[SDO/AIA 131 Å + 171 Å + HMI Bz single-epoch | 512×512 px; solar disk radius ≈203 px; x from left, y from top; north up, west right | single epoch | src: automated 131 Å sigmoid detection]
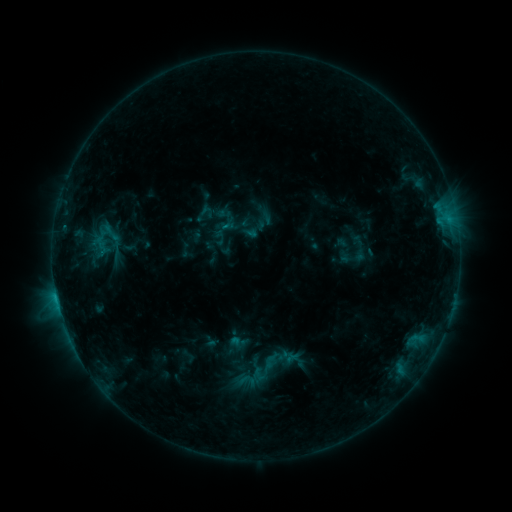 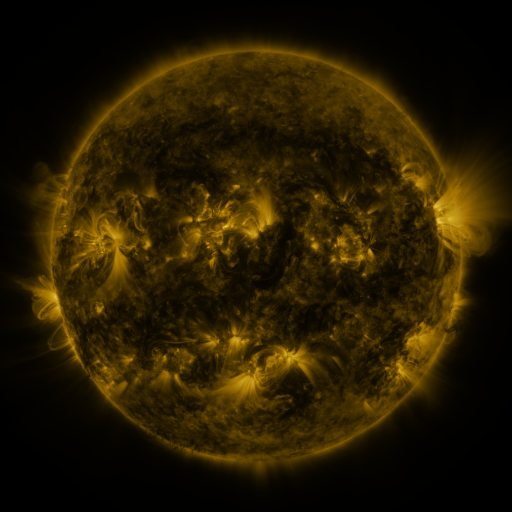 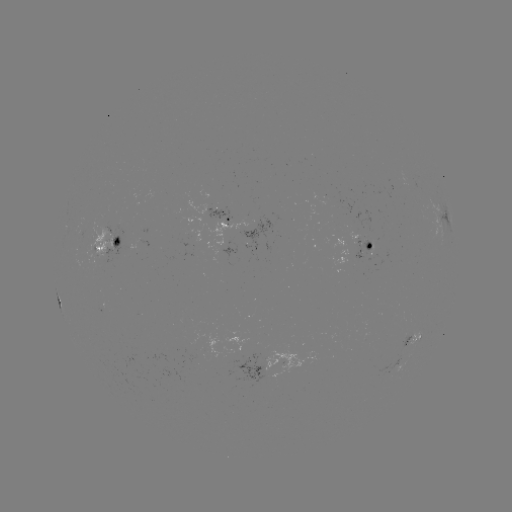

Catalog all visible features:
sigmoid: (103, 236)
sigmoid: (264, 368)
